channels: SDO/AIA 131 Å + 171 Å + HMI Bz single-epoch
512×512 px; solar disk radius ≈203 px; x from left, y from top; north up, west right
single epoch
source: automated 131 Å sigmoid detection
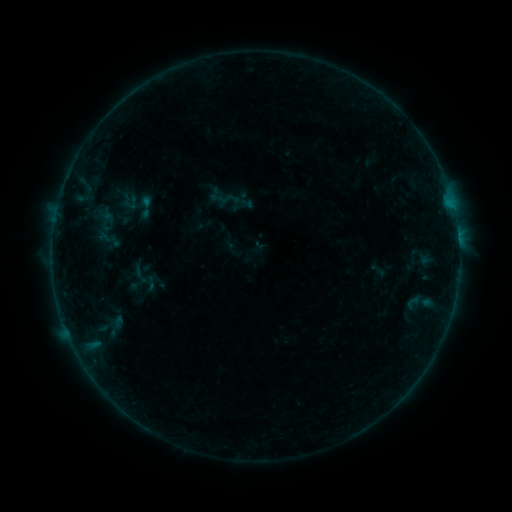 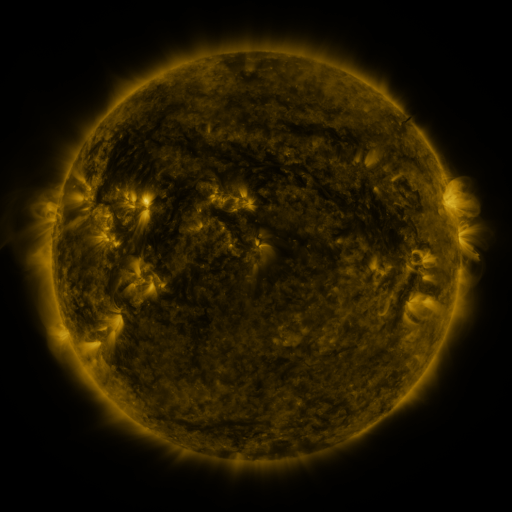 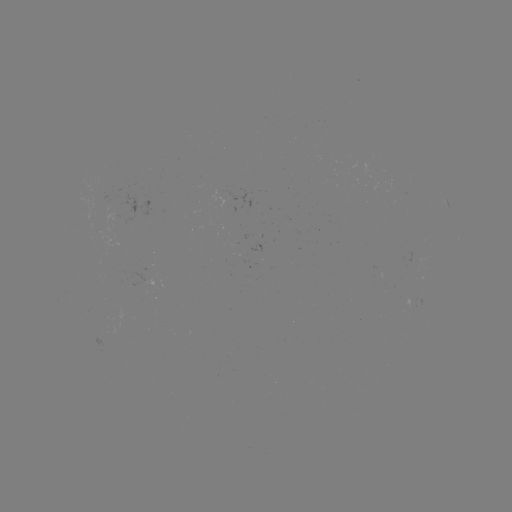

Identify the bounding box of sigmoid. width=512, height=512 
[217, 188, 239, 210].